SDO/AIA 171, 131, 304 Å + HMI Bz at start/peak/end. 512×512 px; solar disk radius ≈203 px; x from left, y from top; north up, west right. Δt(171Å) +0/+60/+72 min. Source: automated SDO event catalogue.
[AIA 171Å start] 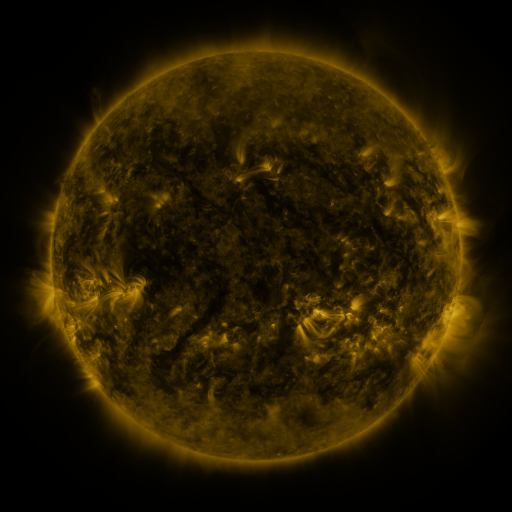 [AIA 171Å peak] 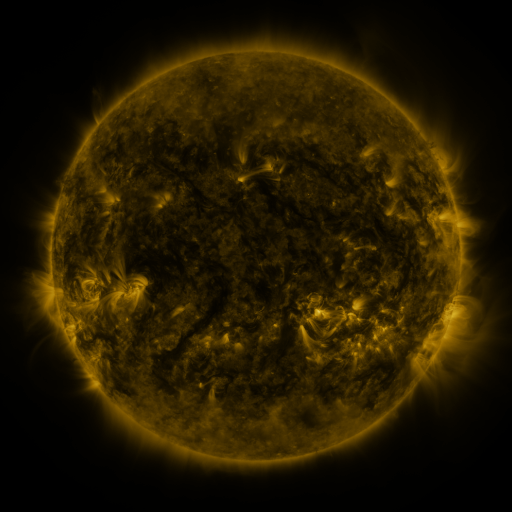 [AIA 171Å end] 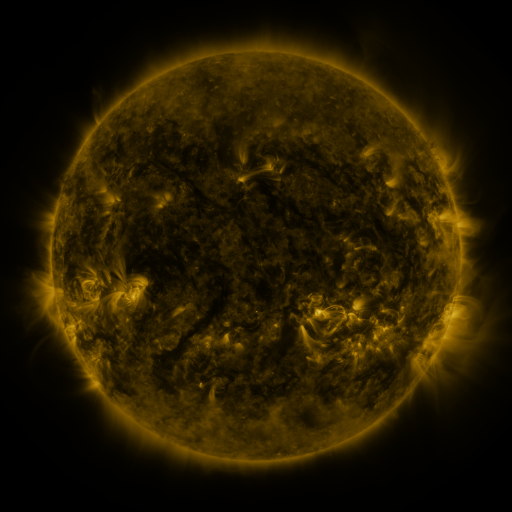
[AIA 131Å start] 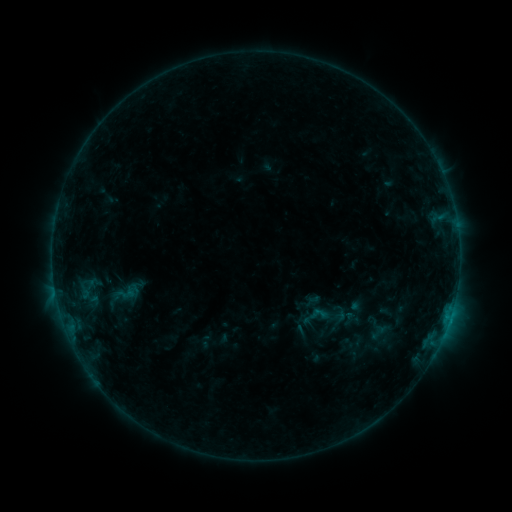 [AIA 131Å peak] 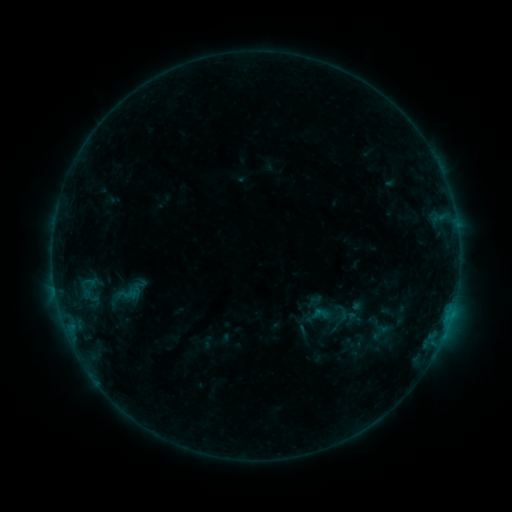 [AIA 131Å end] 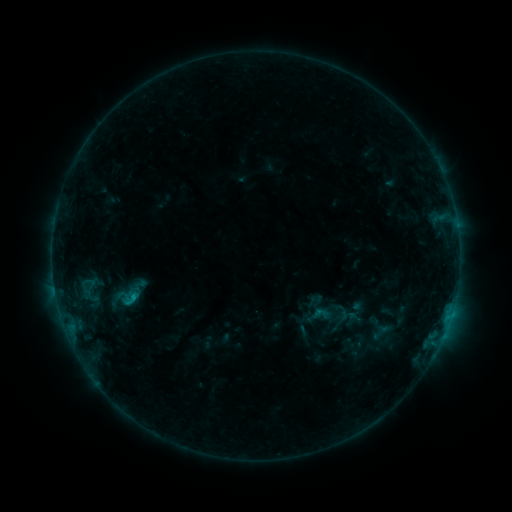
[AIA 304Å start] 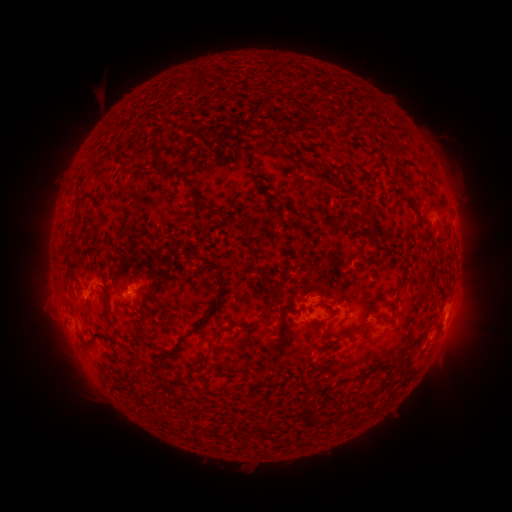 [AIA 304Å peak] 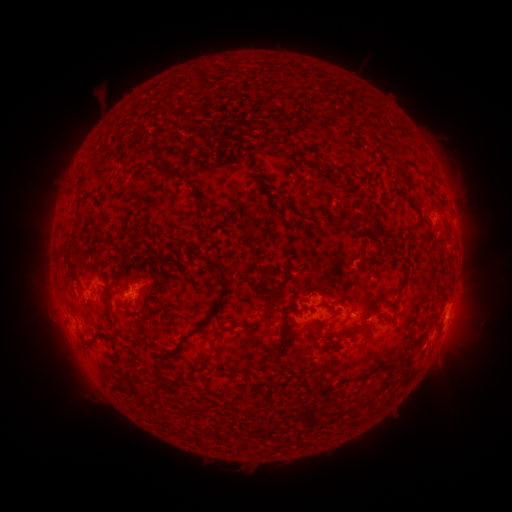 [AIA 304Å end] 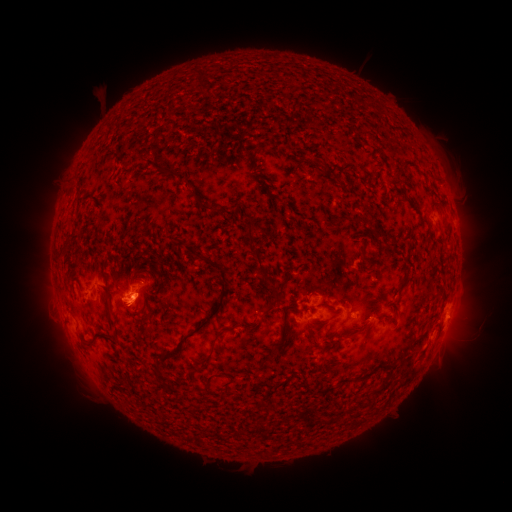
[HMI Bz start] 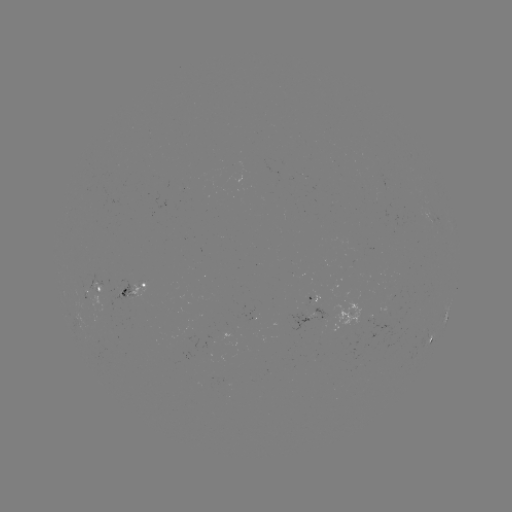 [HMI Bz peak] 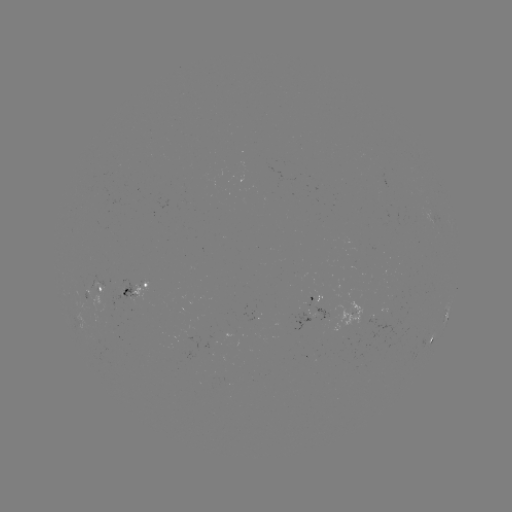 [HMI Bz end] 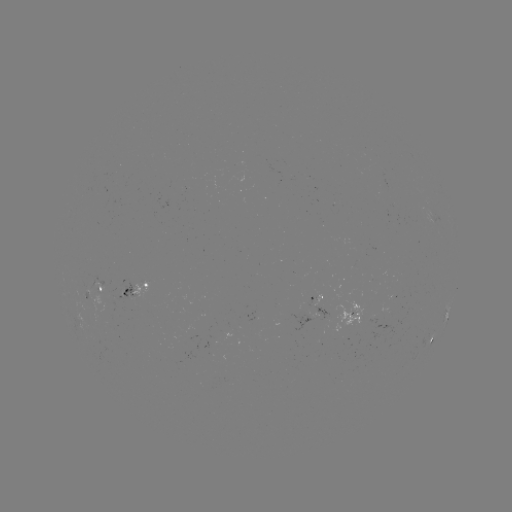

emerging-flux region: (86, 290, 103, 311)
